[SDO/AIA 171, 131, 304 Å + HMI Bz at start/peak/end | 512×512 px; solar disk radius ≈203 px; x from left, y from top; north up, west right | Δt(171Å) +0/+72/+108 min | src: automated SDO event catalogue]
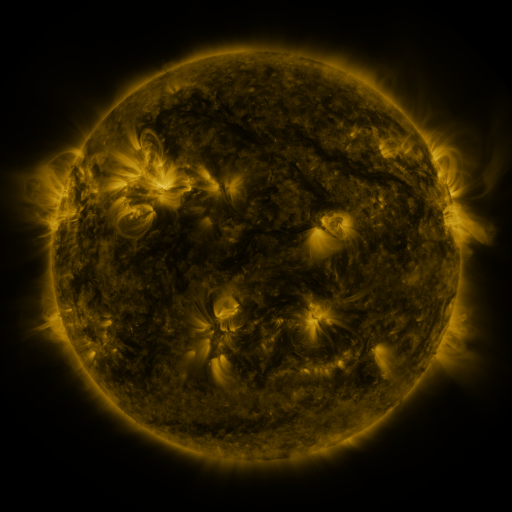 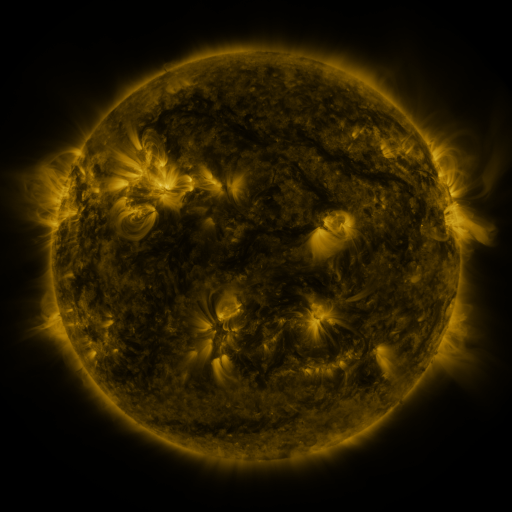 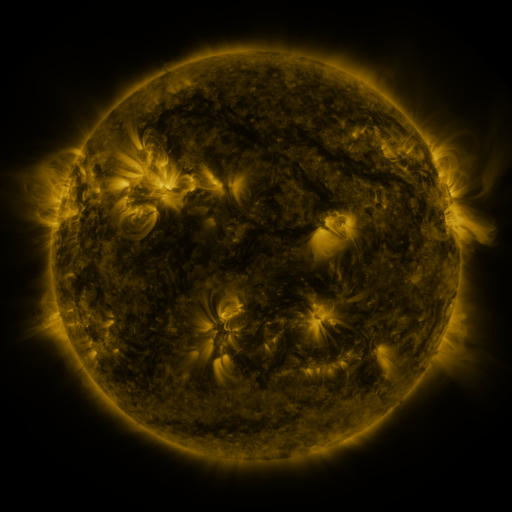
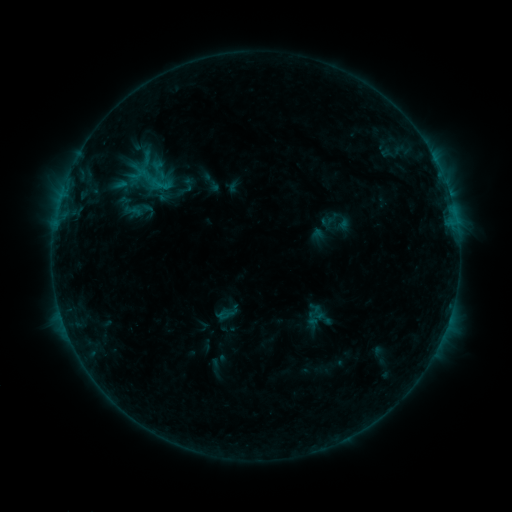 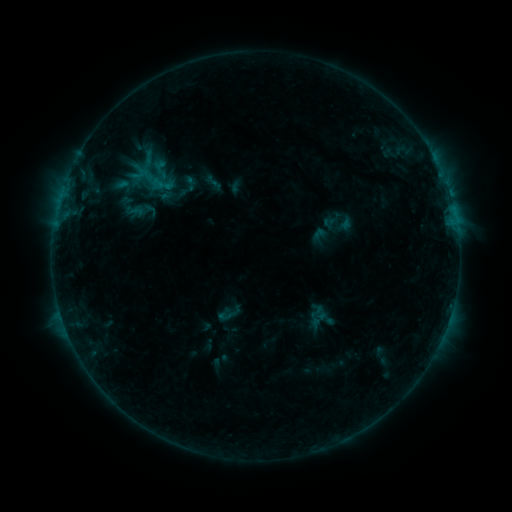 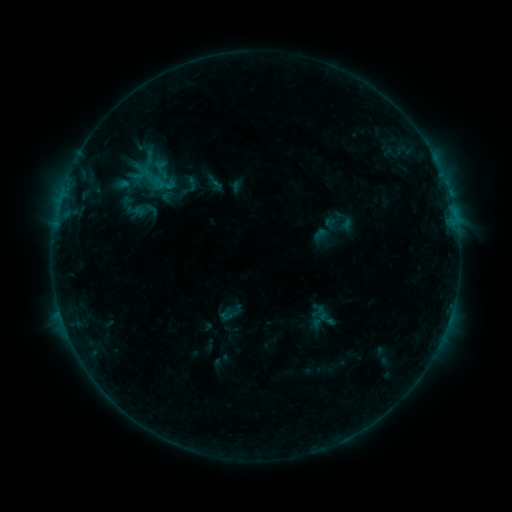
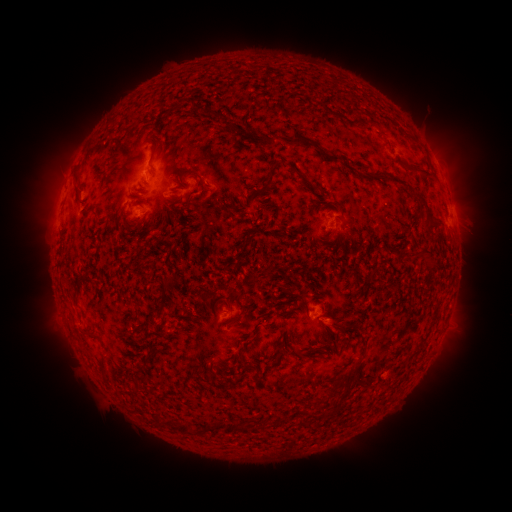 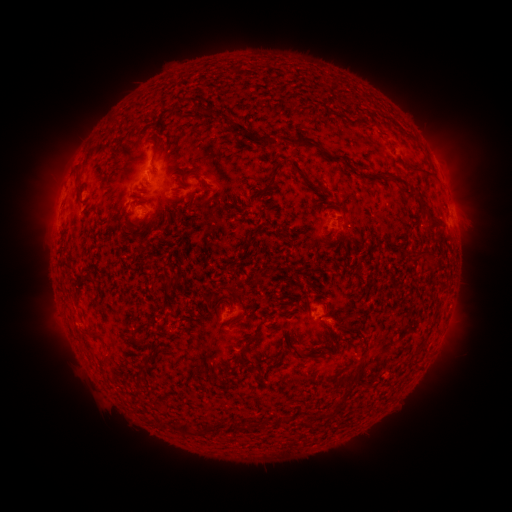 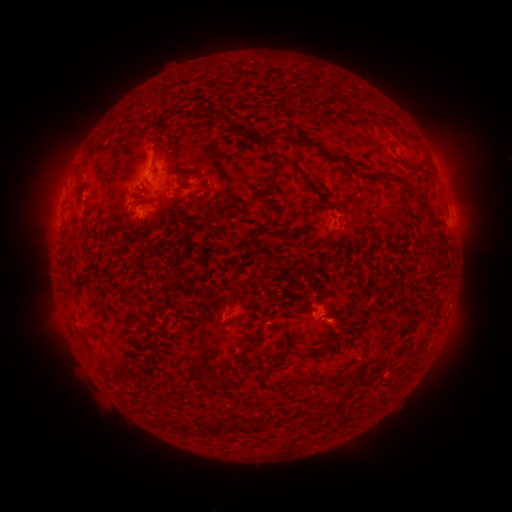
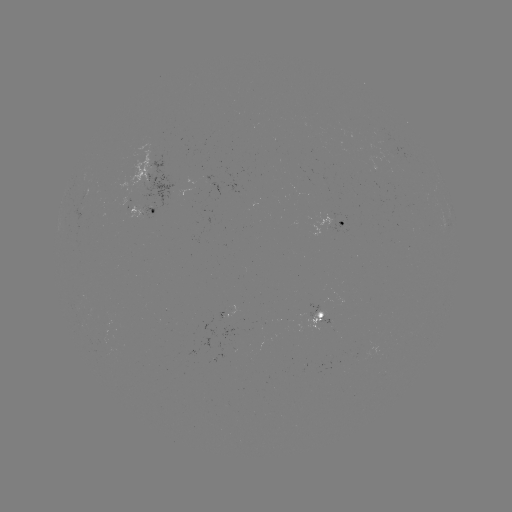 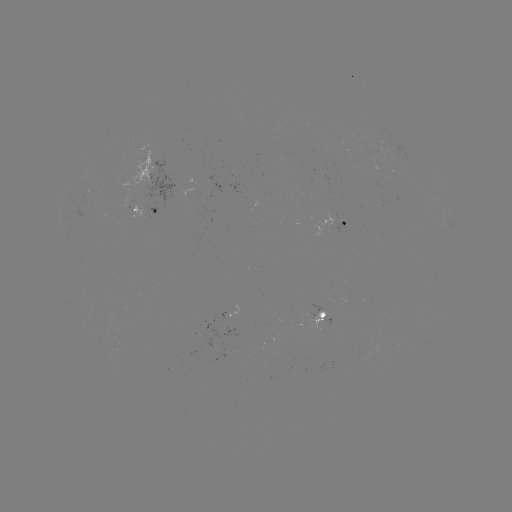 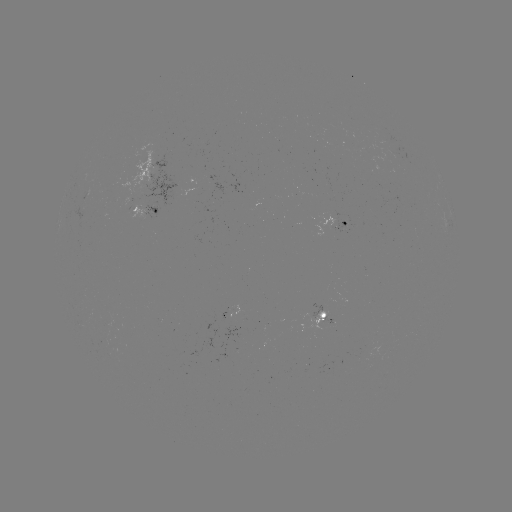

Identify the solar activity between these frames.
emerging-flux region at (143, 165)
